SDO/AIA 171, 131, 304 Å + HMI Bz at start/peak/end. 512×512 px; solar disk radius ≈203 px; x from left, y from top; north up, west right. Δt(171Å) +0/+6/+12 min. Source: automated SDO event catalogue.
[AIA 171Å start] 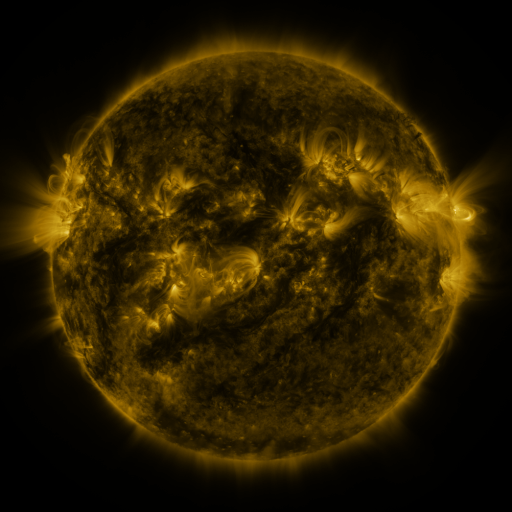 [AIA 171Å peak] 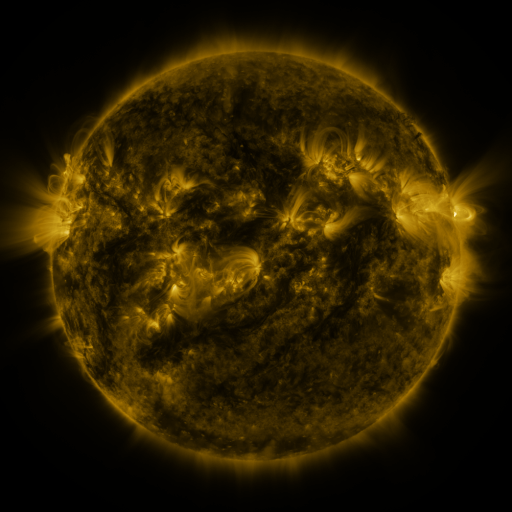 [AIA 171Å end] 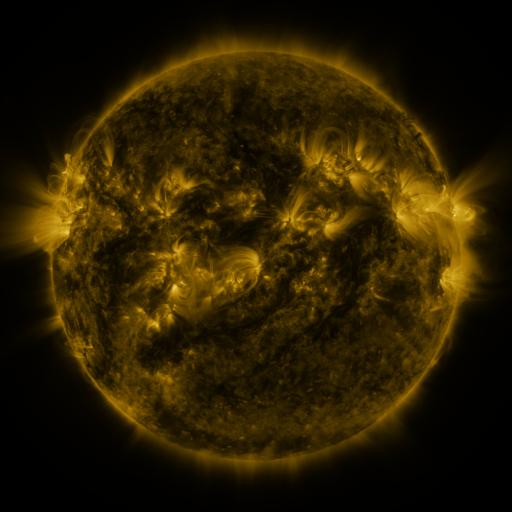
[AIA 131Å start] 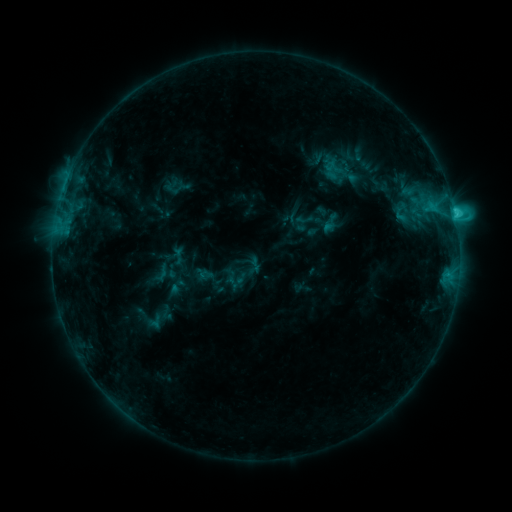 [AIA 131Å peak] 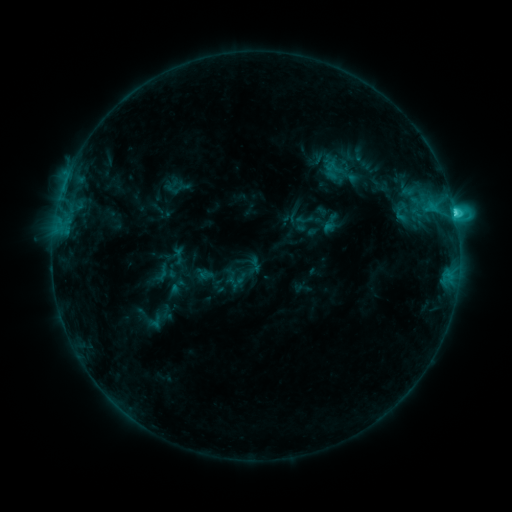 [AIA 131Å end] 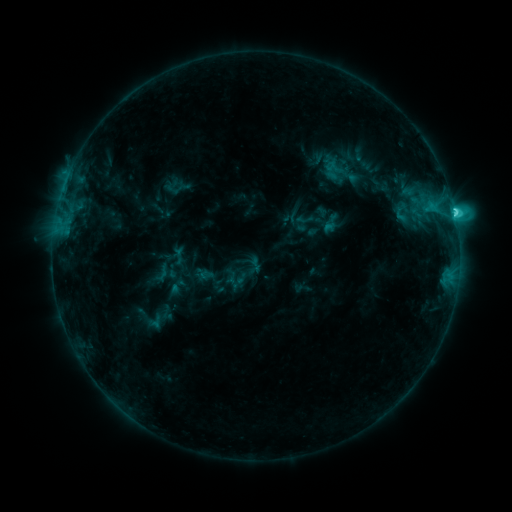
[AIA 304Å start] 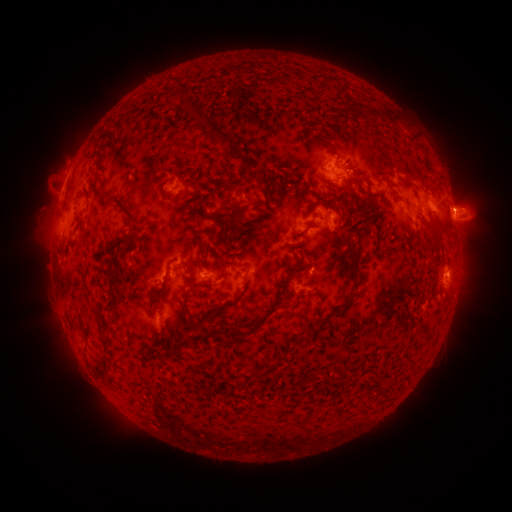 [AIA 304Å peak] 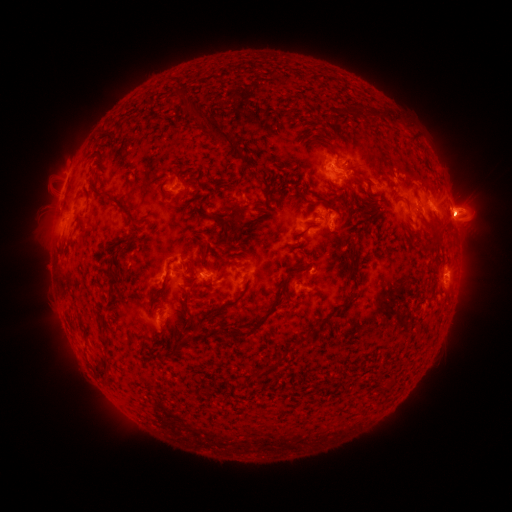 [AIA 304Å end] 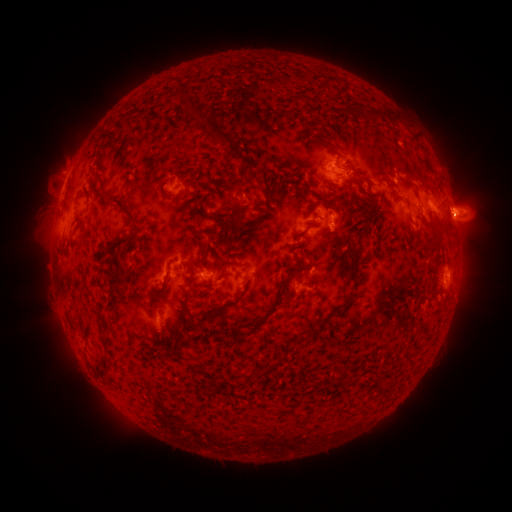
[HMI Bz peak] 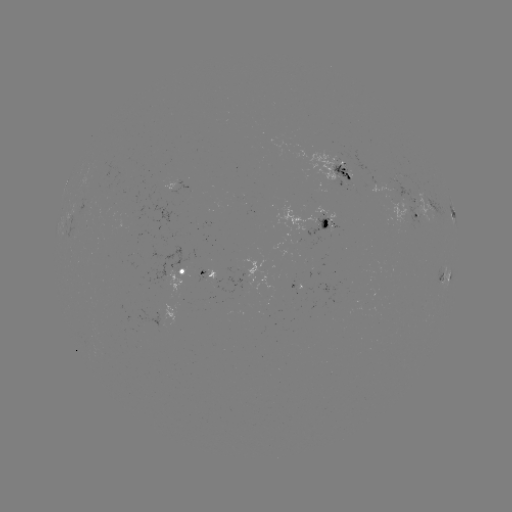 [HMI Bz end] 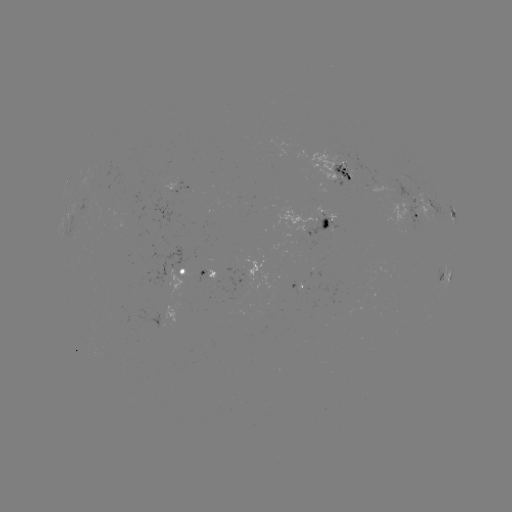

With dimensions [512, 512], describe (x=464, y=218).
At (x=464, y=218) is eruption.